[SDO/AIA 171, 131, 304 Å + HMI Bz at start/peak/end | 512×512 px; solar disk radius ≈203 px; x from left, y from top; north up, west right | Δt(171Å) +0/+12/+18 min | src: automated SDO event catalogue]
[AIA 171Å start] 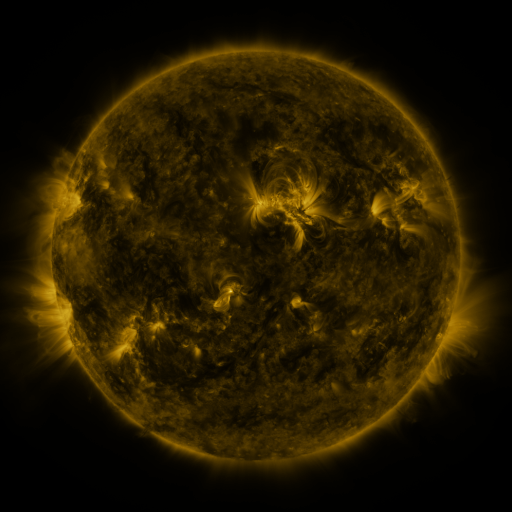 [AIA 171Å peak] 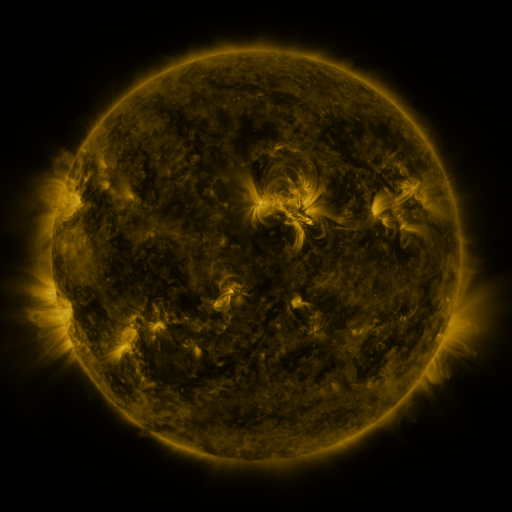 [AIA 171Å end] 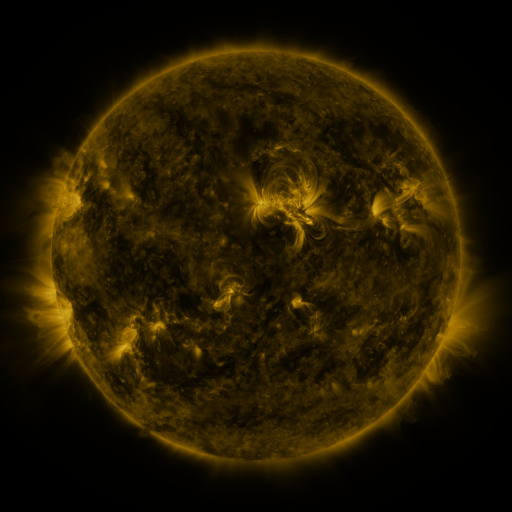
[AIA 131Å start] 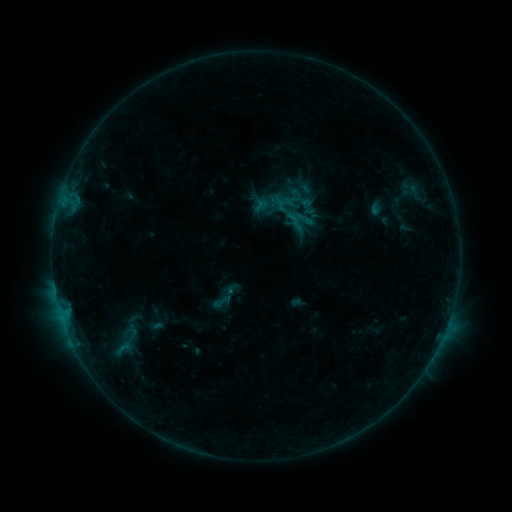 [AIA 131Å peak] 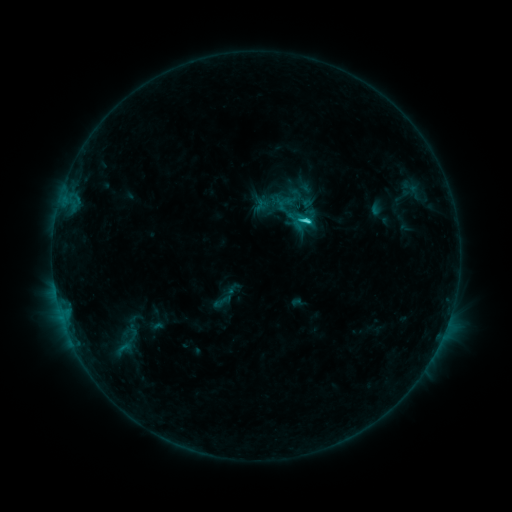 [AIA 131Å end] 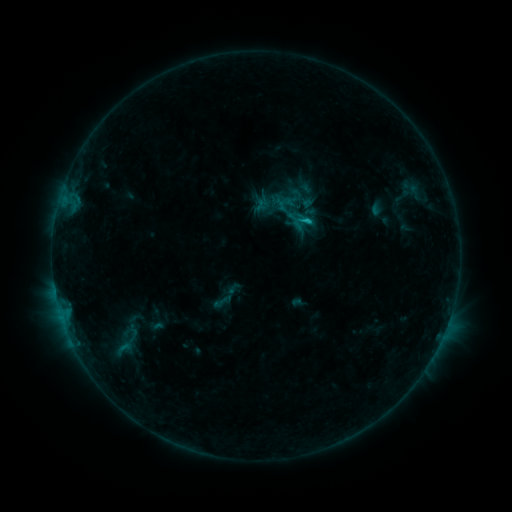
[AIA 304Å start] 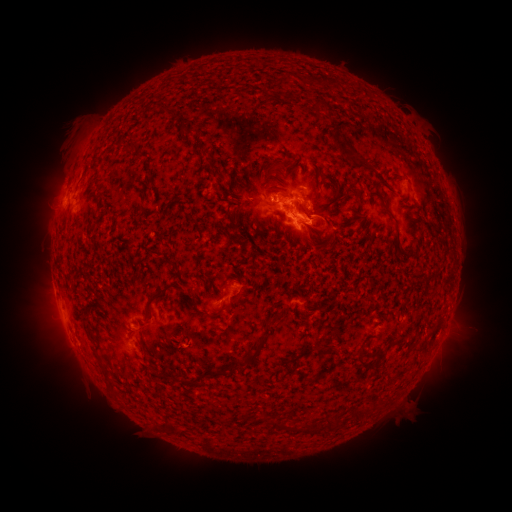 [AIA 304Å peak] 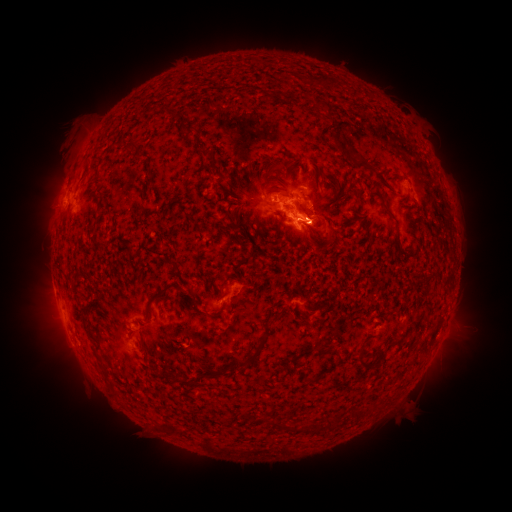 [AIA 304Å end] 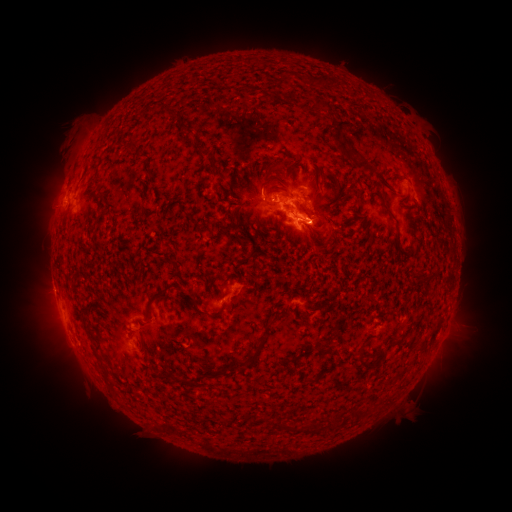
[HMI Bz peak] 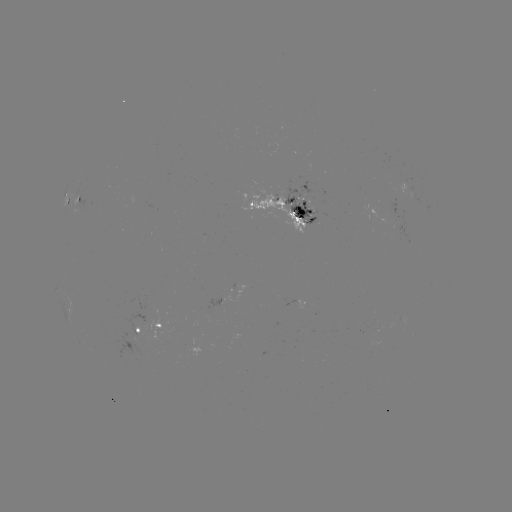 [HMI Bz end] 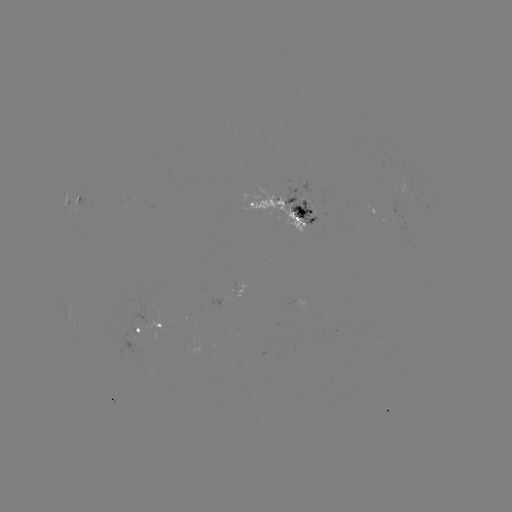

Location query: C1.9 flare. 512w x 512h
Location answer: (305, 224).